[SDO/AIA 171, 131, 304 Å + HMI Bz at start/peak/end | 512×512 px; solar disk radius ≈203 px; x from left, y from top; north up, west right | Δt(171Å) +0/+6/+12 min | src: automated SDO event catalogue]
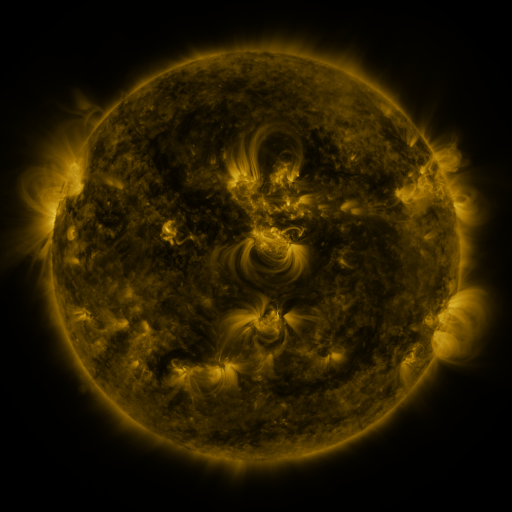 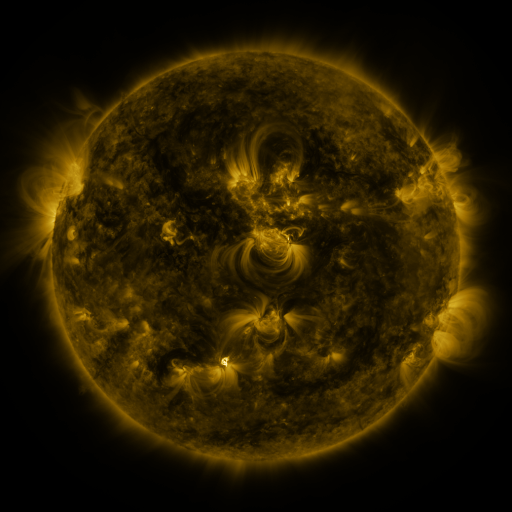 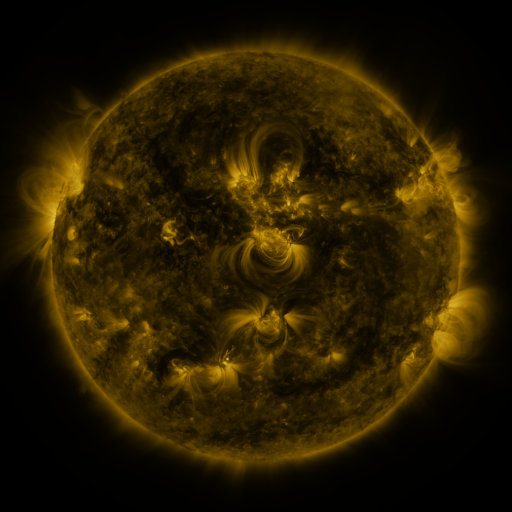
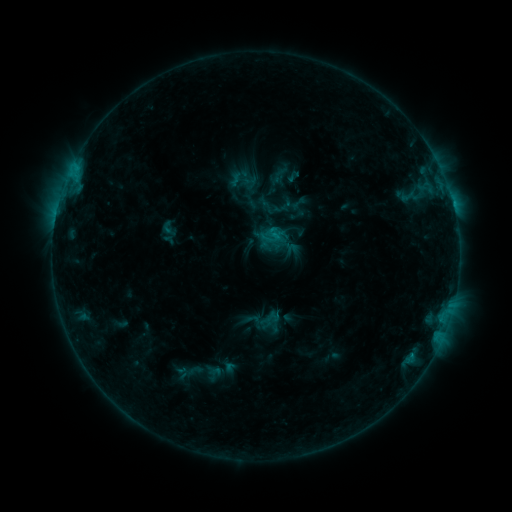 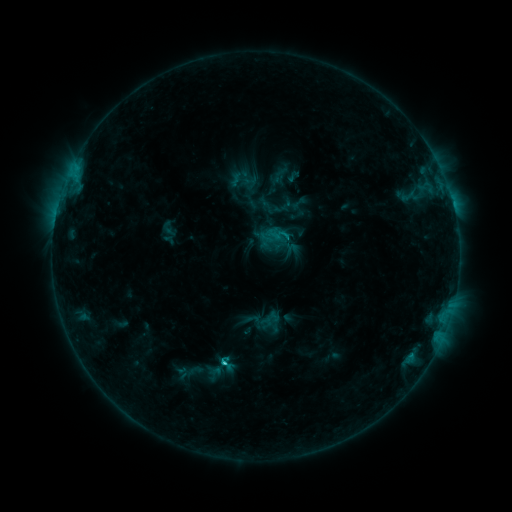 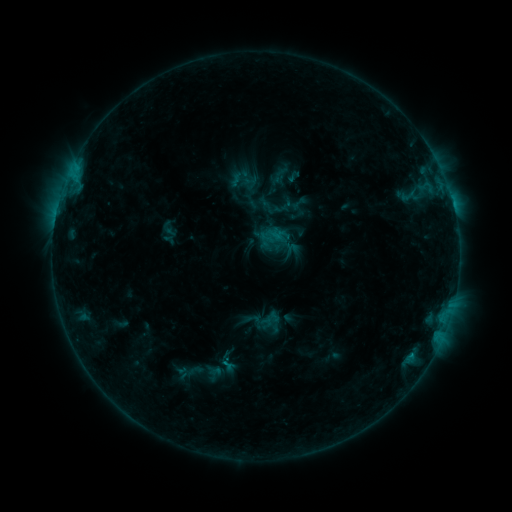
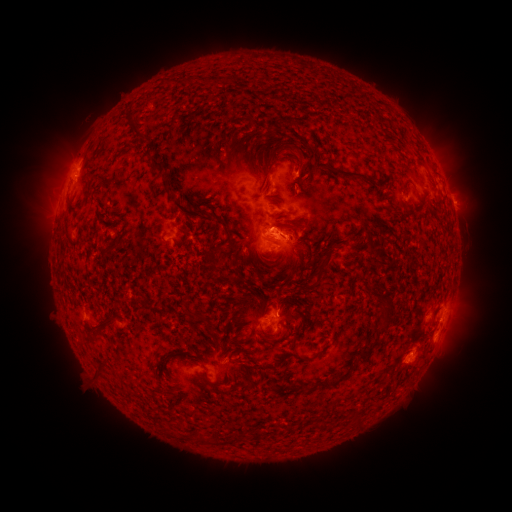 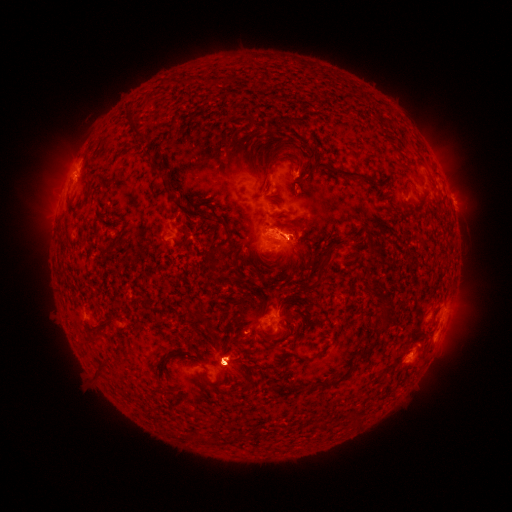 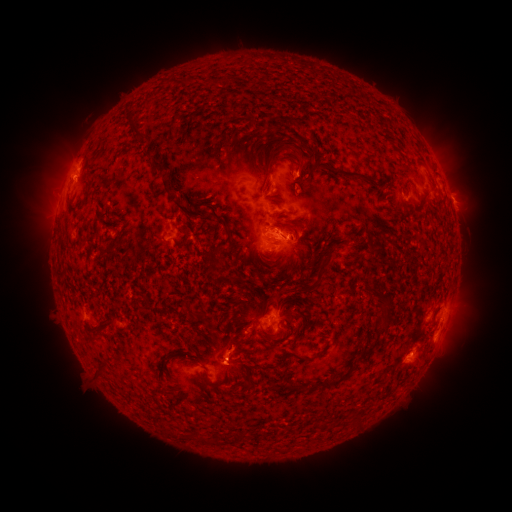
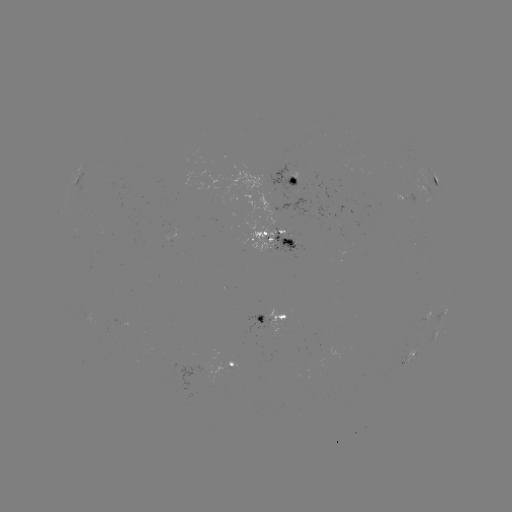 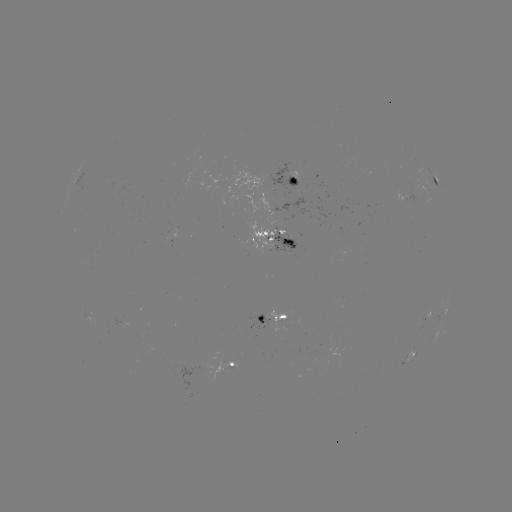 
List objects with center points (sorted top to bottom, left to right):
C1.4 flare: (223, 360)
